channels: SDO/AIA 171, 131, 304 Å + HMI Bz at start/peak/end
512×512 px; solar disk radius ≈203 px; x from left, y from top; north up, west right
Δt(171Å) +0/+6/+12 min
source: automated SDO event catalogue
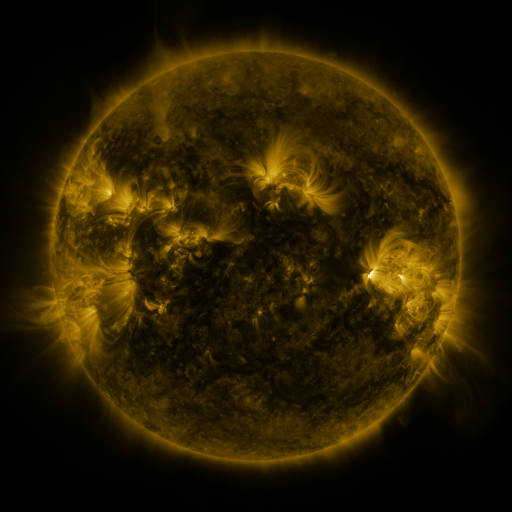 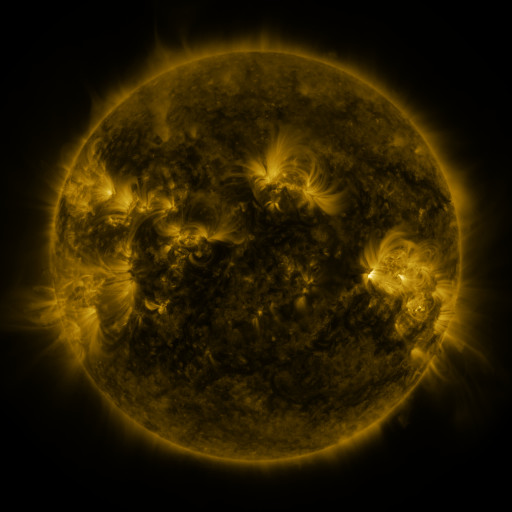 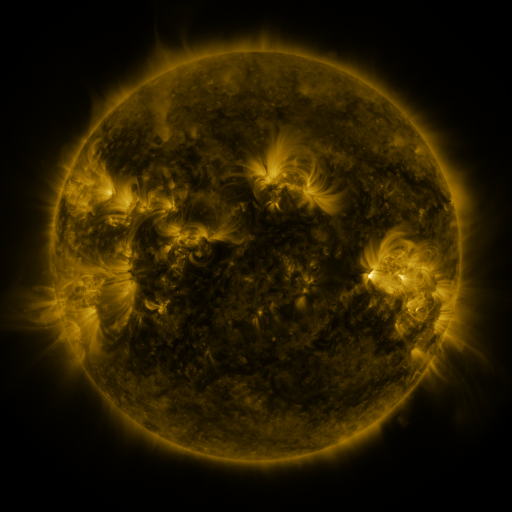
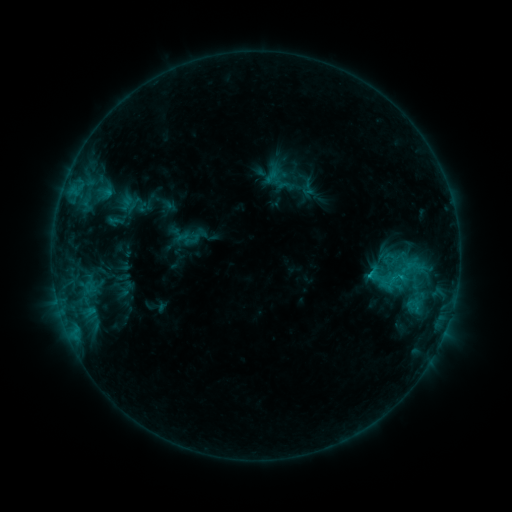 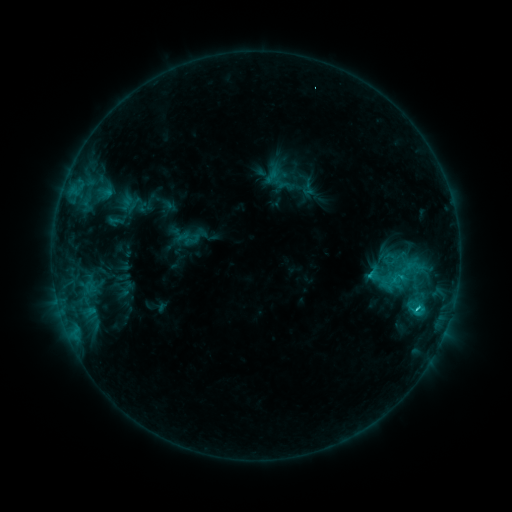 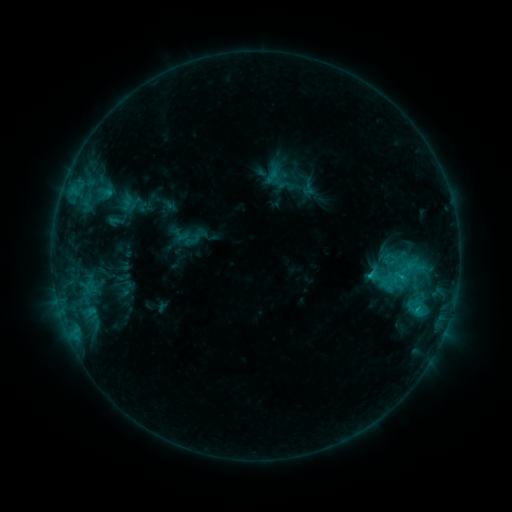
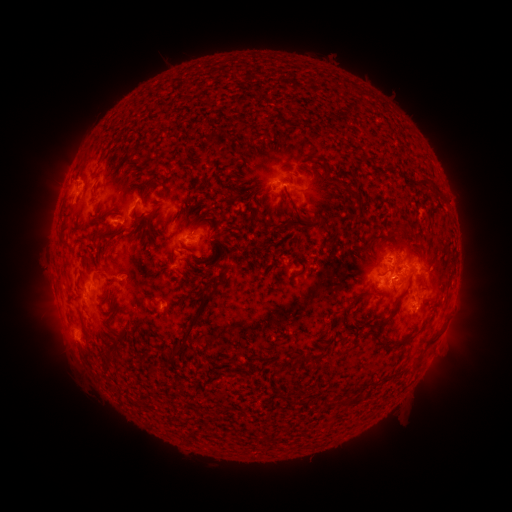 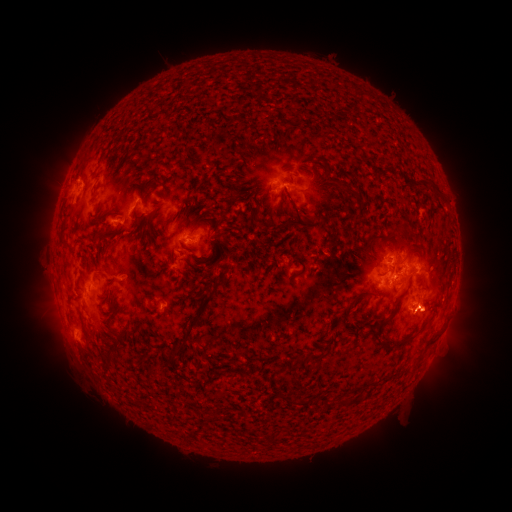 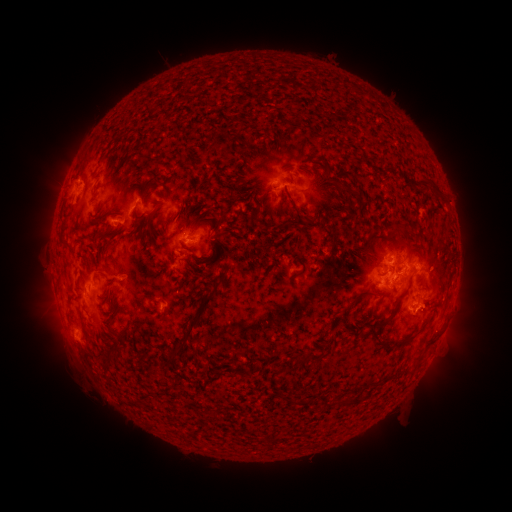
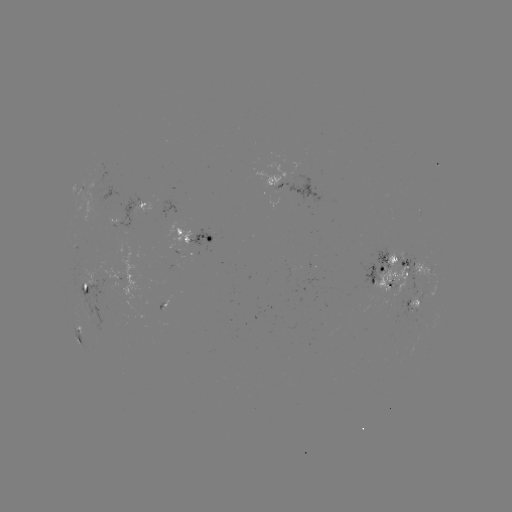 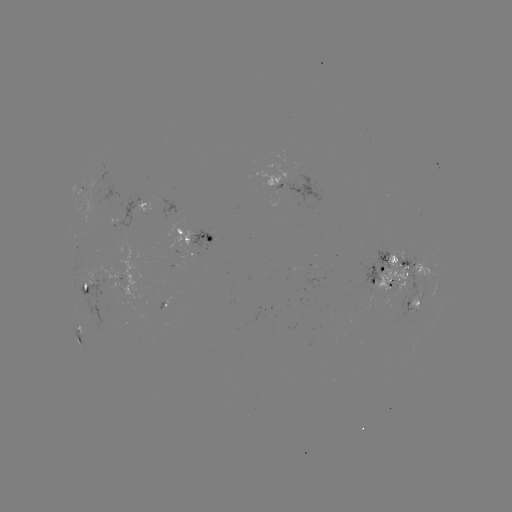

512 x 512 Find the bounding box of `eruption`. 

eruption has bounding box [404, 281, 453, 346].